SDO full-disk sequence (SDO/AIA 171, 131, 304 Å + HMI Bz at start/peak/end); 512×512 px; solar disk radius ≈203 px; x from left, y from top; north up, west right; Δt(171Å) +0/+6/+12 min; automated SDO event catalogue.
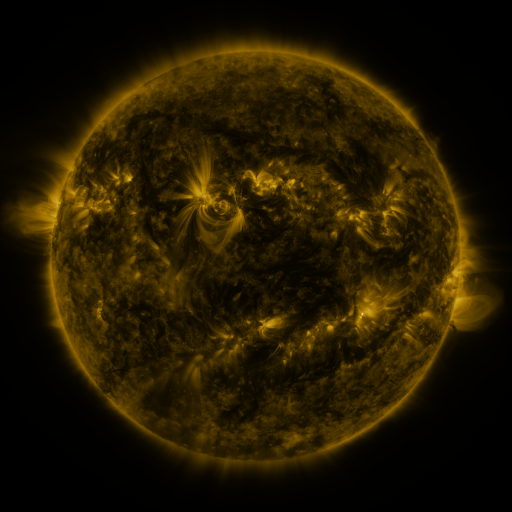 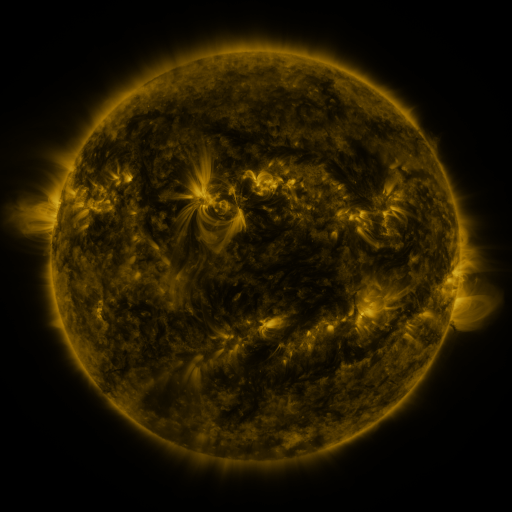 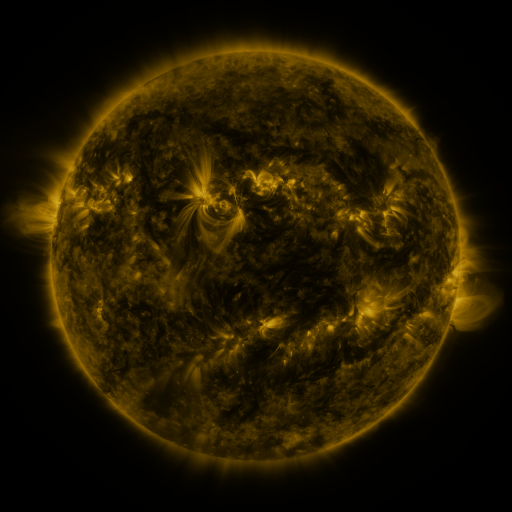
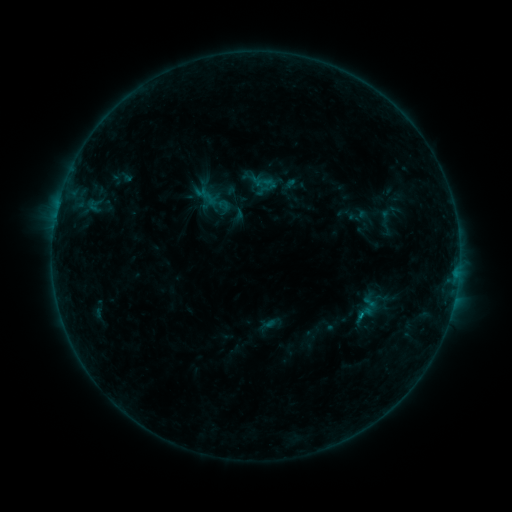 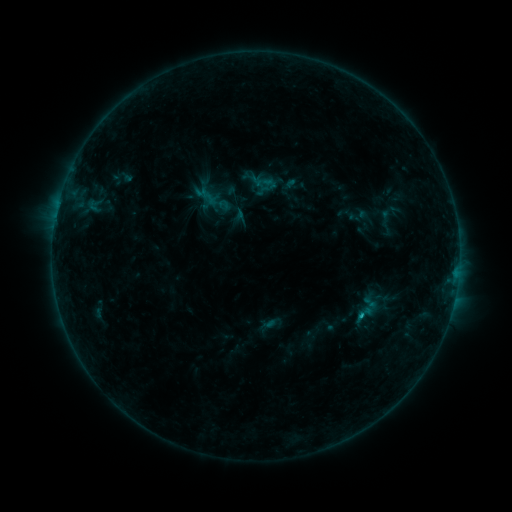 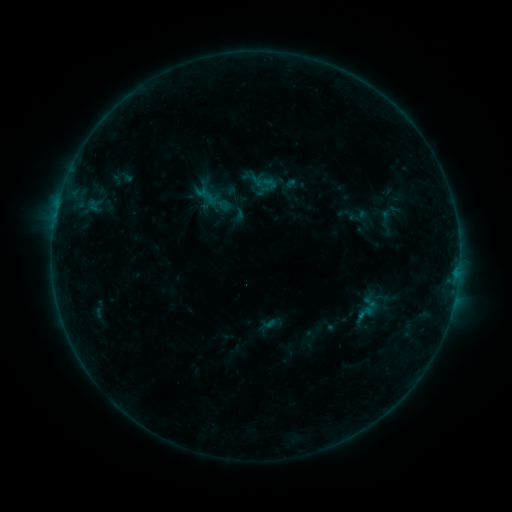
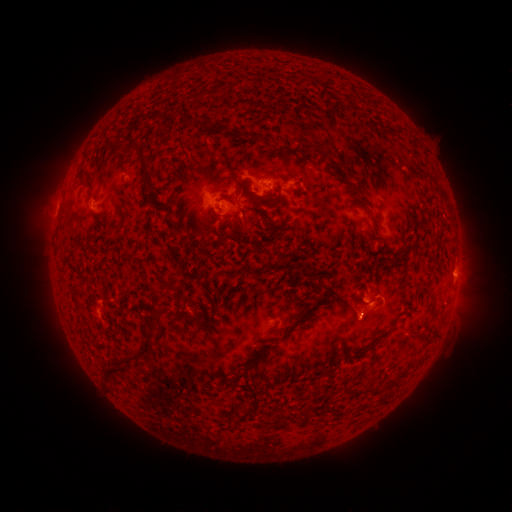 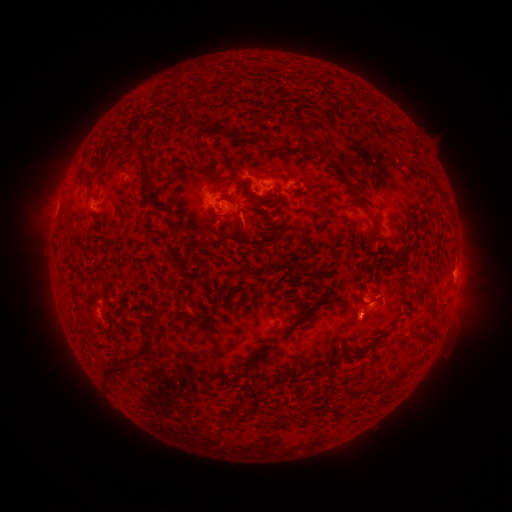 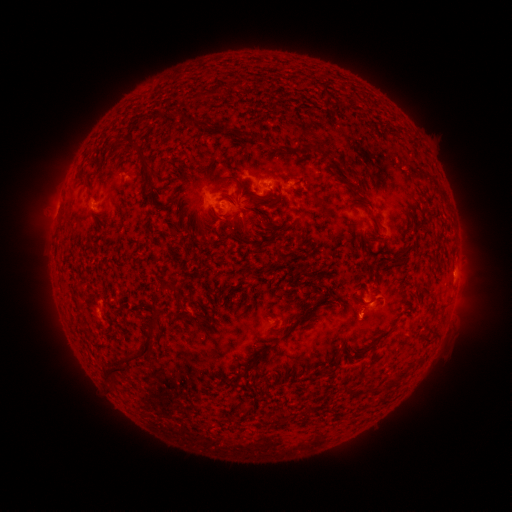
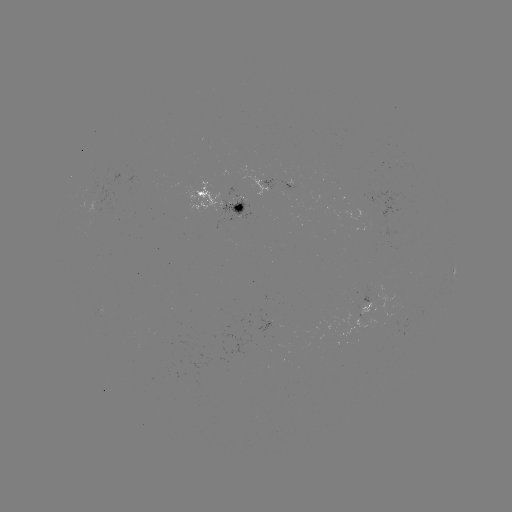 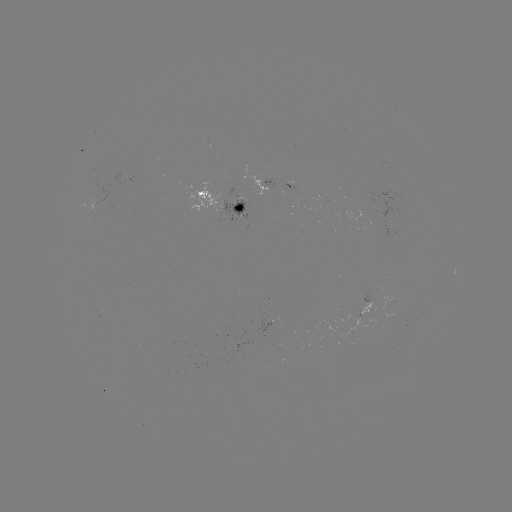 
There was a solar flare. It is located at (358, 315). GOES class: B6.1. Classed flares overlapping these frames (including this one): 1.